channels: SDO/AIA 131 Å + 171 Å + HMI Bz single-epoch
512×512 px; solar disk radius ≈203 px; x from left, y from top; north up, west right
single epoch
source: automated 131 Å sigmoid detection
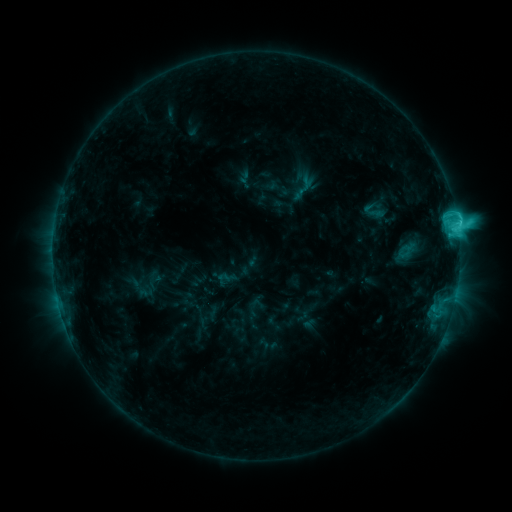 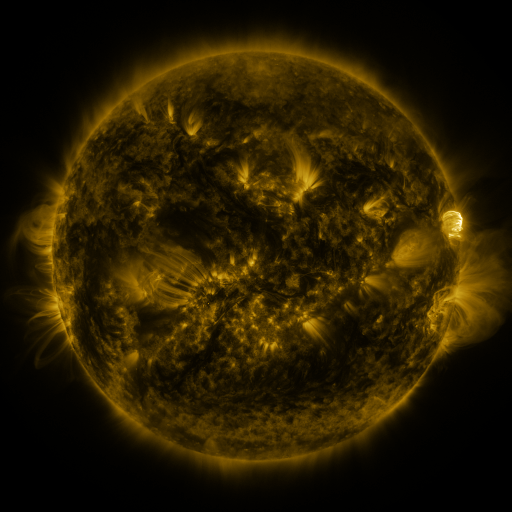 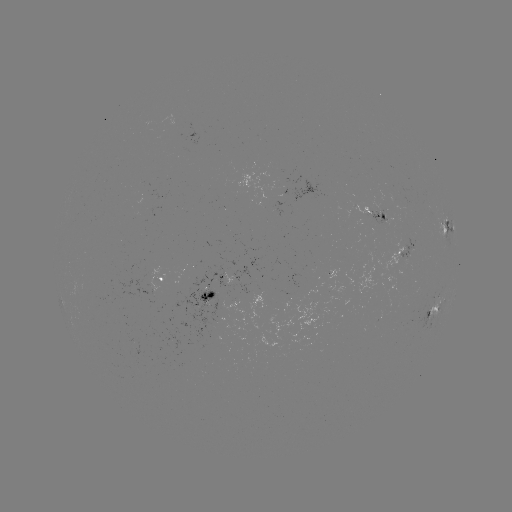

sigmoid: <bbox>359, 198, 387, 224</bbox>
